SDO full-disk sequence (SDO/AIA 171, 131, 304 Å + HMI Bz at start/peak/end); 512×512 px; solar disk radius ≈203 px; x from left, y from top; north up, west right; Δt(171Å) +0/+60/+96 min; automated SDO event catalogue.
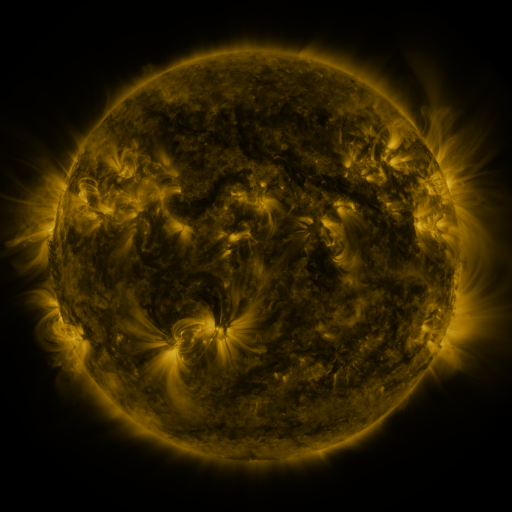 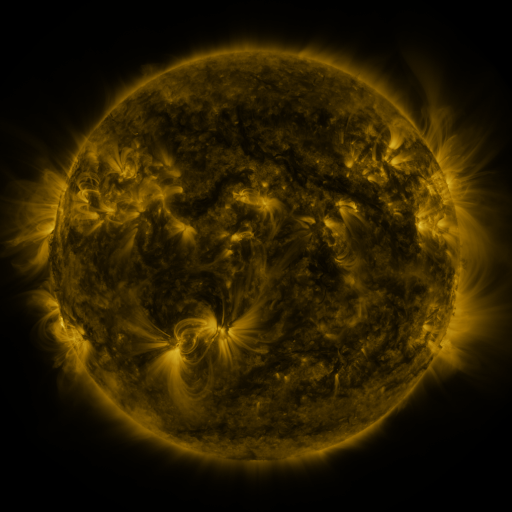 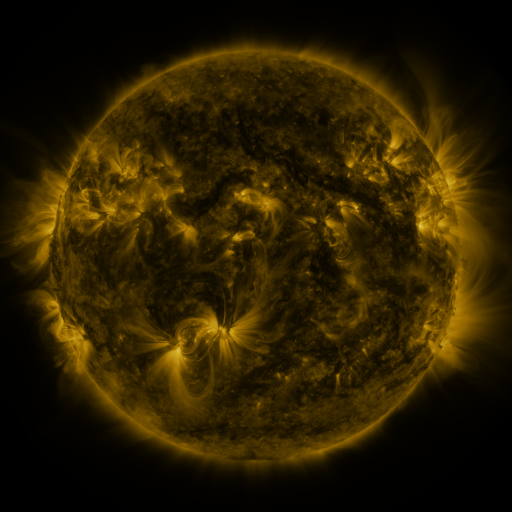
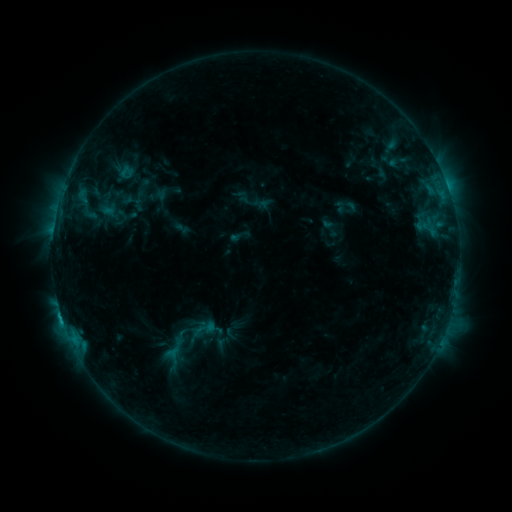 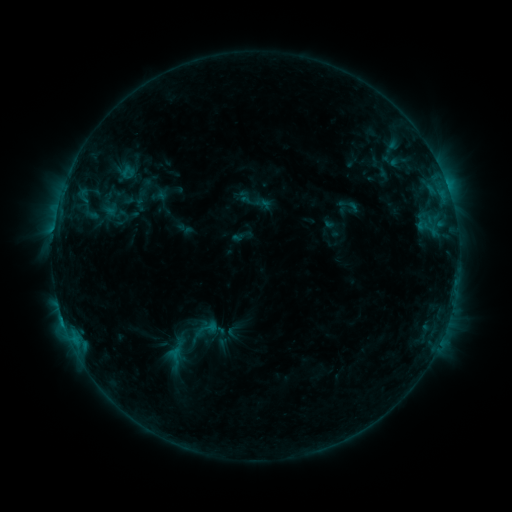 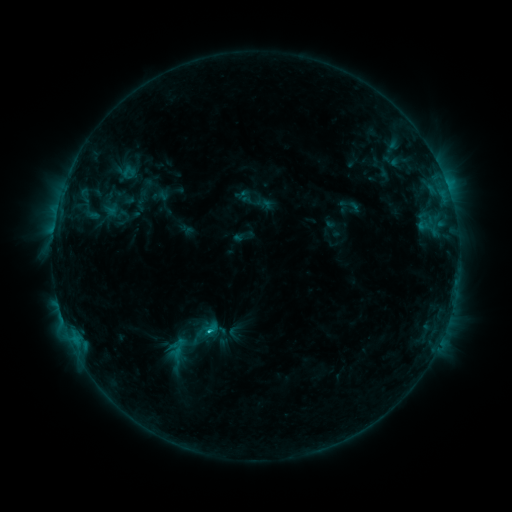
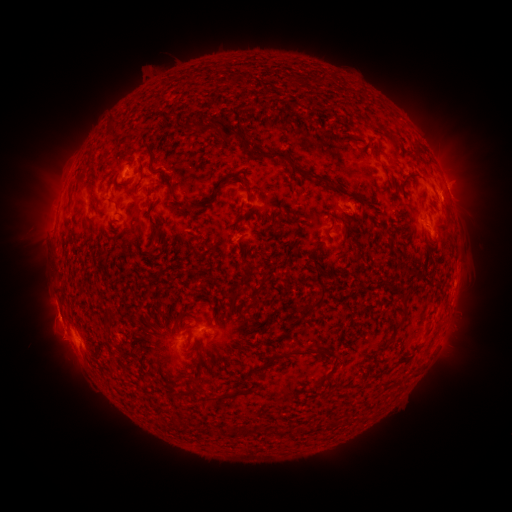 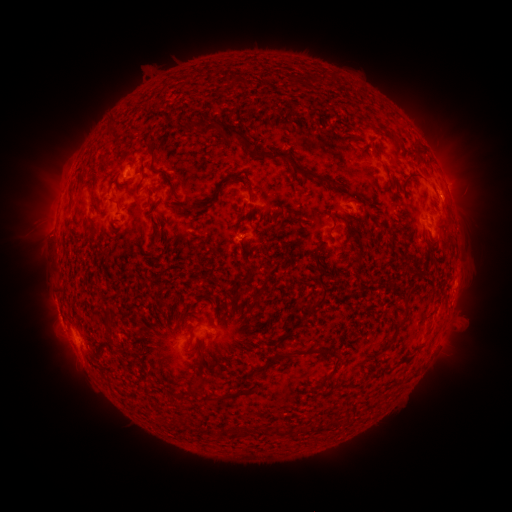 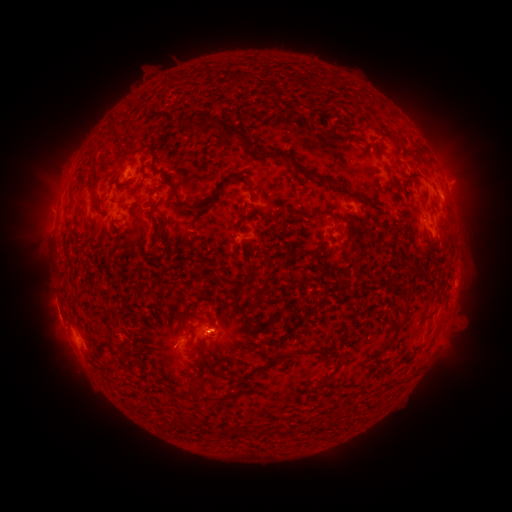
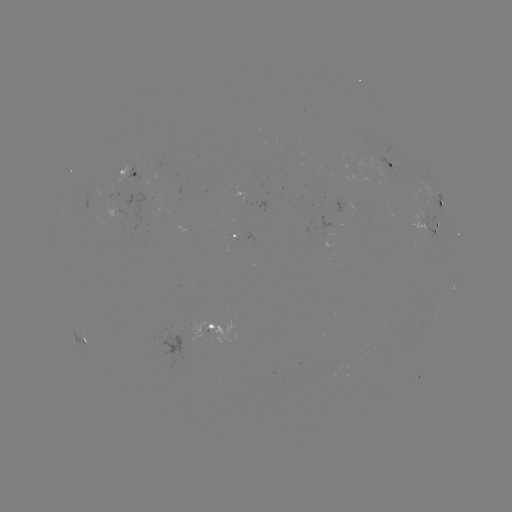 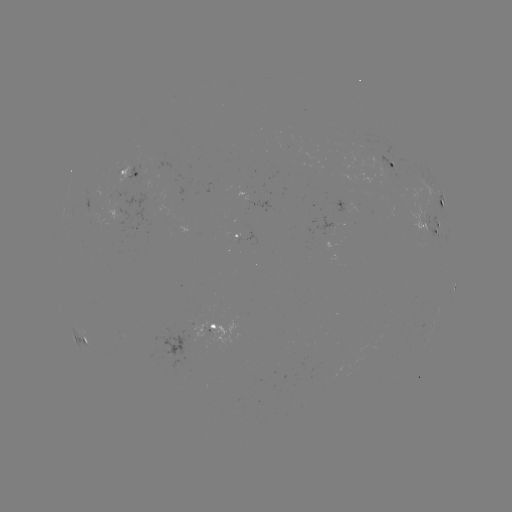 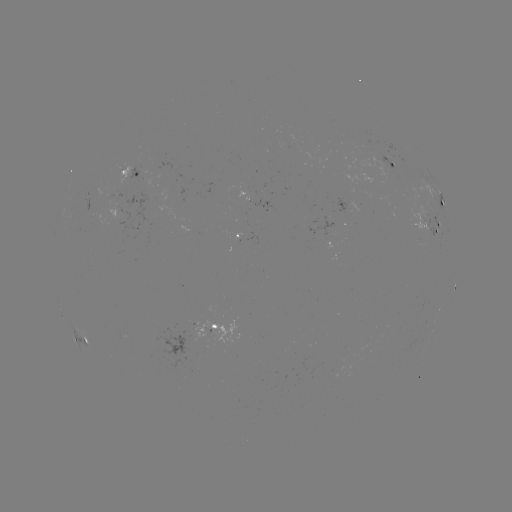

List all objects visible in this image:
emerging-flux region: (90, 210)
